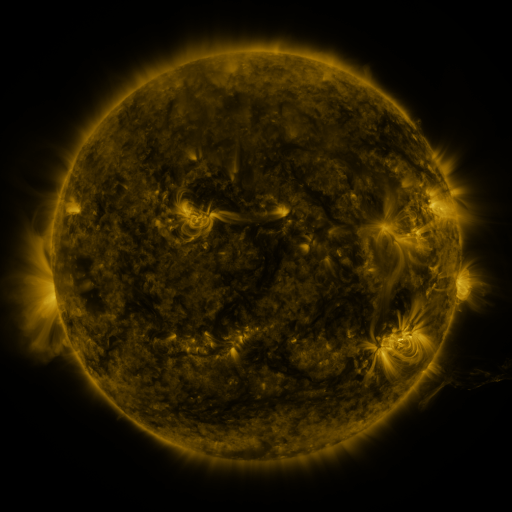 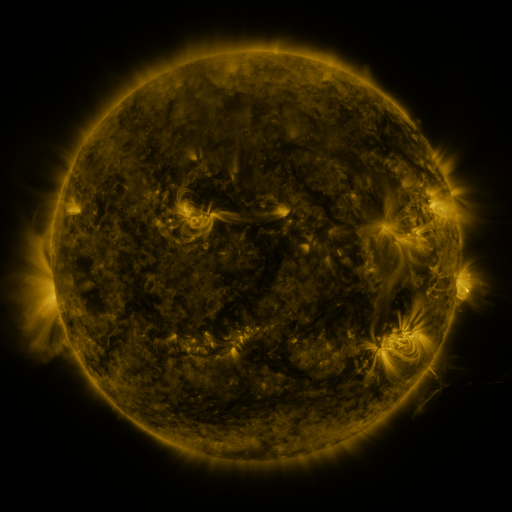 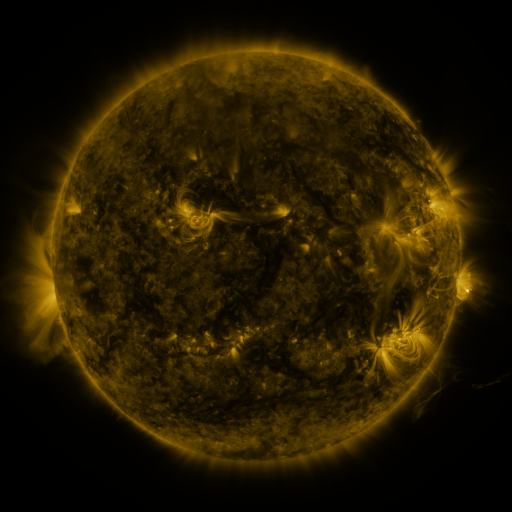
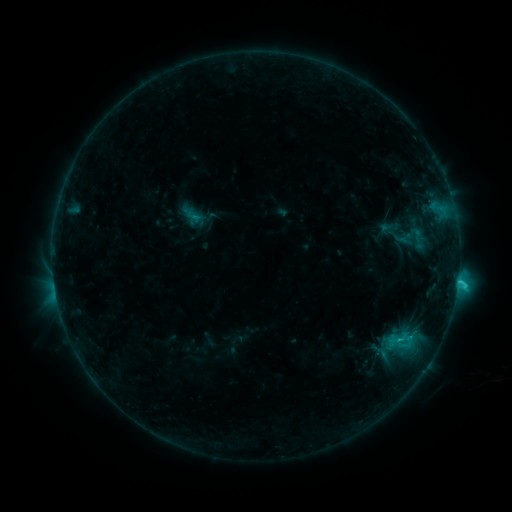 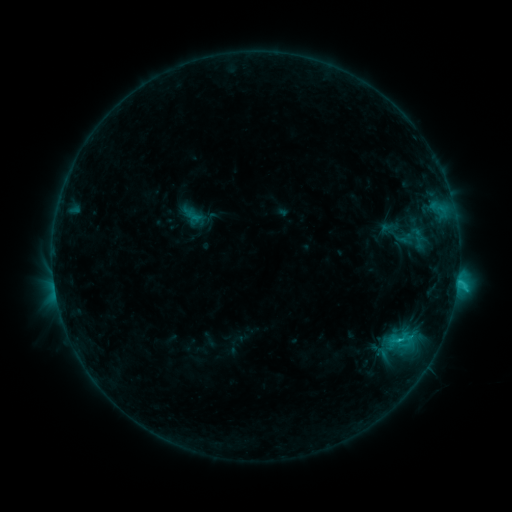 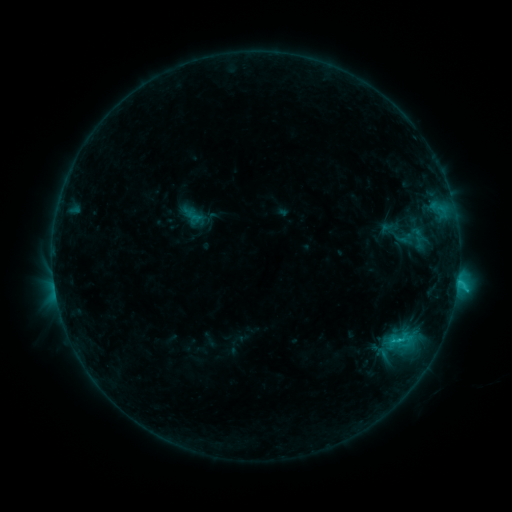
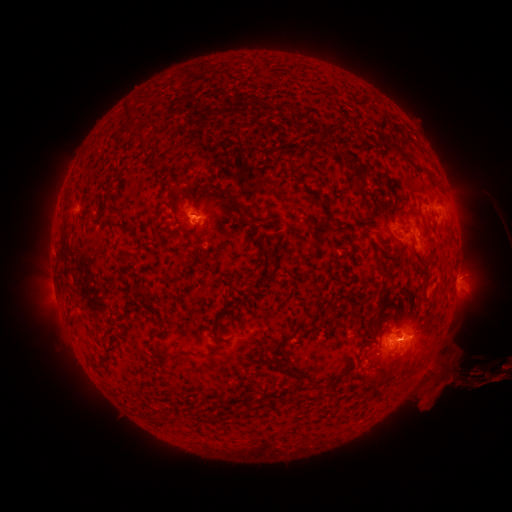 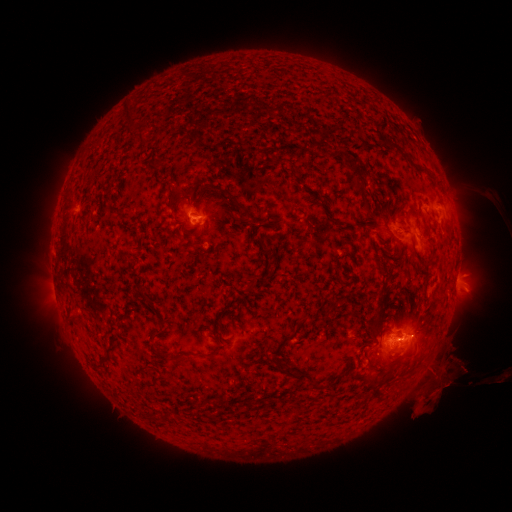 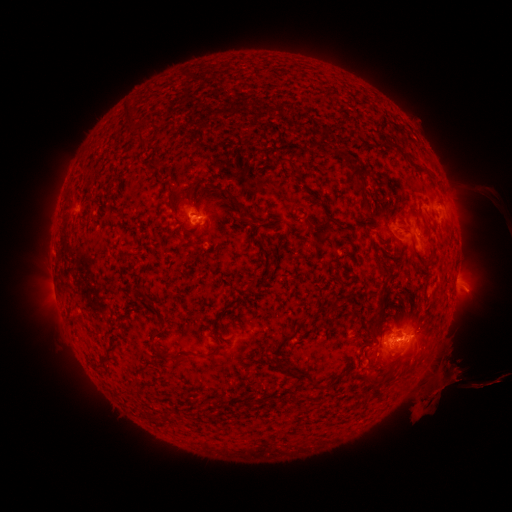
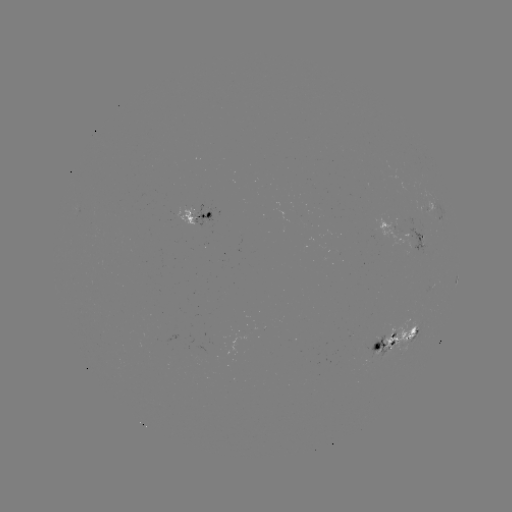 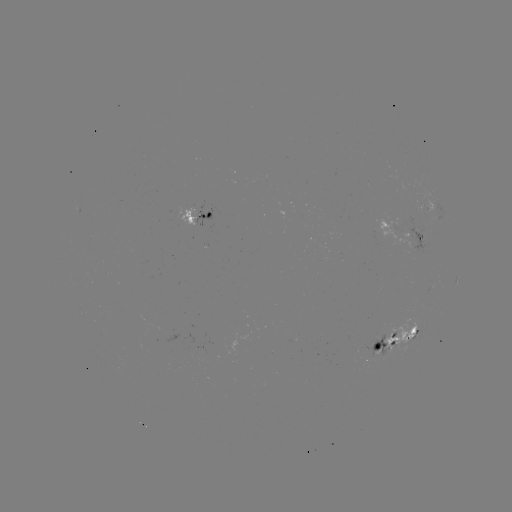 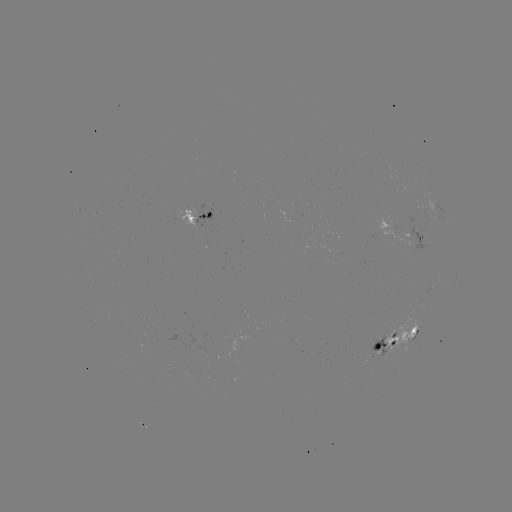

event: eruption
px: (445, 377)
